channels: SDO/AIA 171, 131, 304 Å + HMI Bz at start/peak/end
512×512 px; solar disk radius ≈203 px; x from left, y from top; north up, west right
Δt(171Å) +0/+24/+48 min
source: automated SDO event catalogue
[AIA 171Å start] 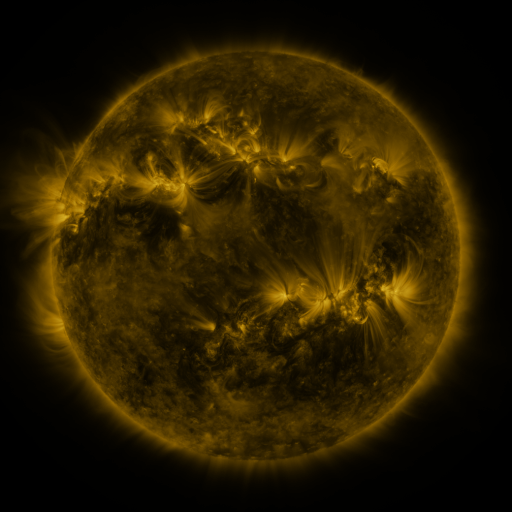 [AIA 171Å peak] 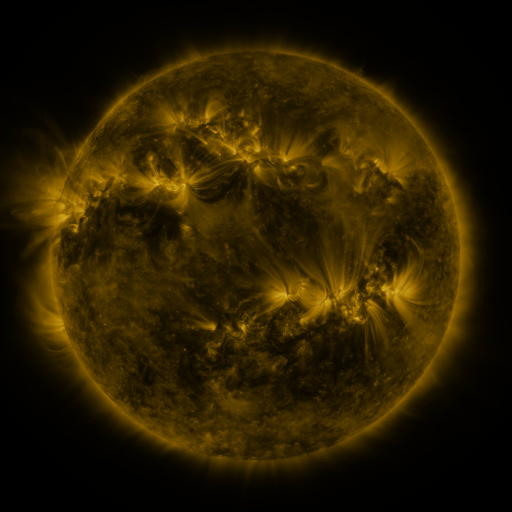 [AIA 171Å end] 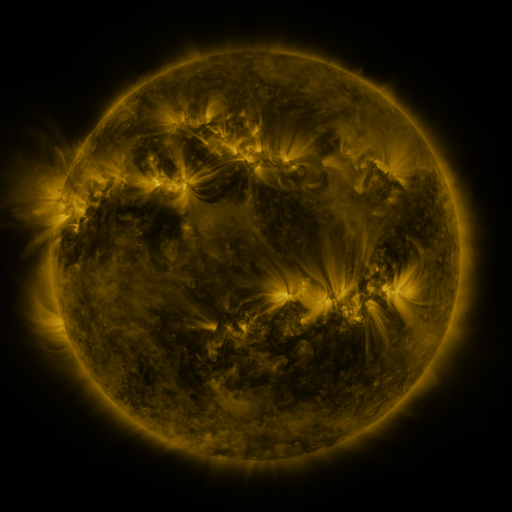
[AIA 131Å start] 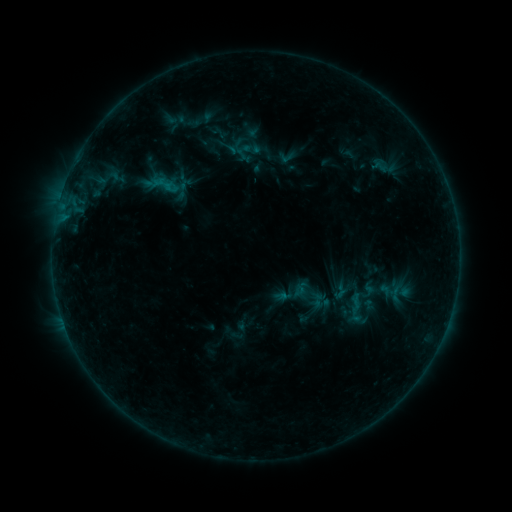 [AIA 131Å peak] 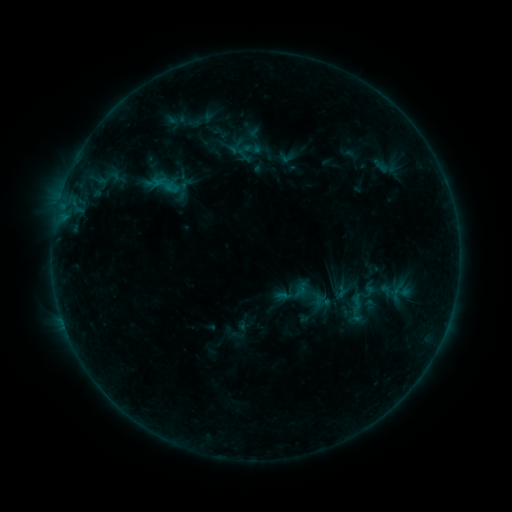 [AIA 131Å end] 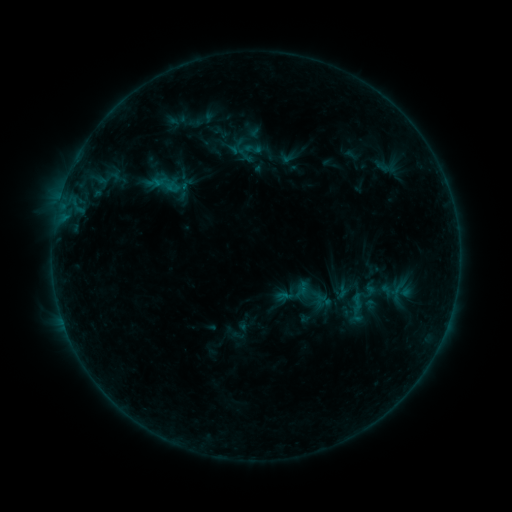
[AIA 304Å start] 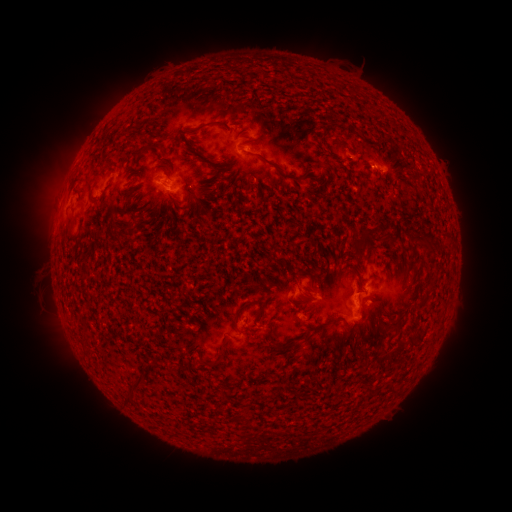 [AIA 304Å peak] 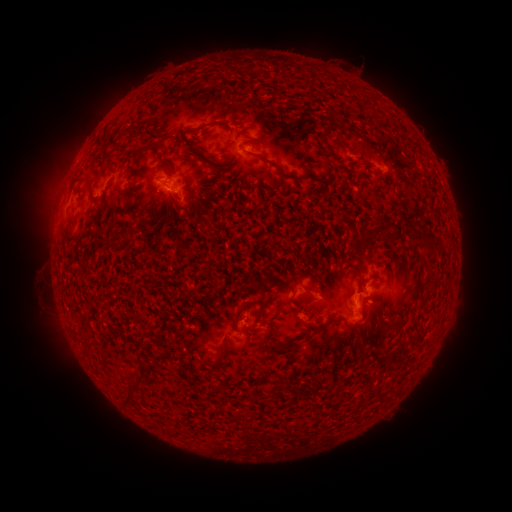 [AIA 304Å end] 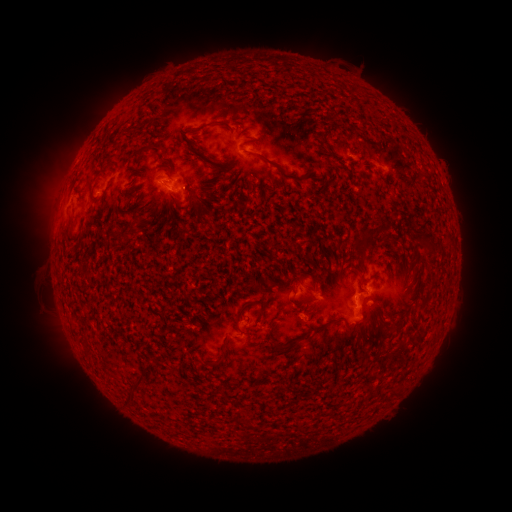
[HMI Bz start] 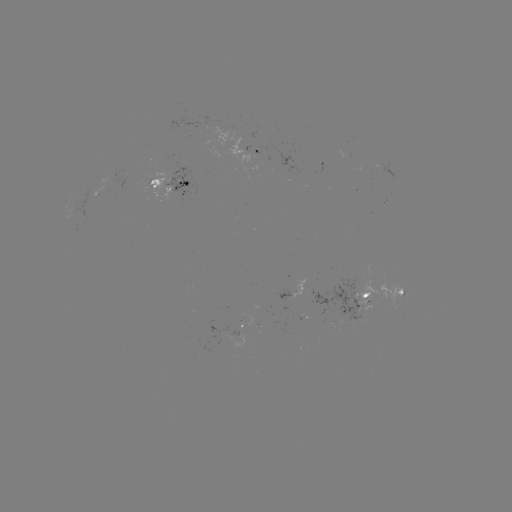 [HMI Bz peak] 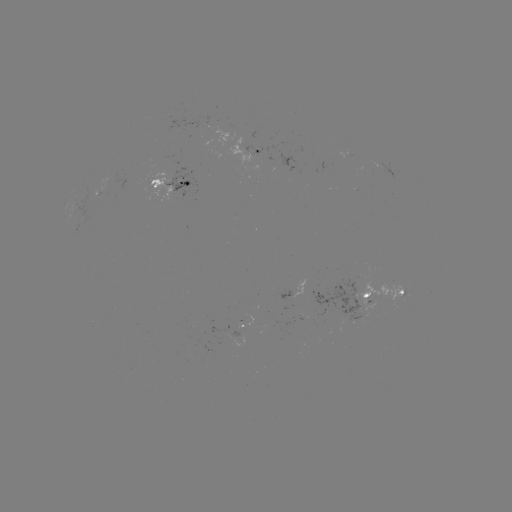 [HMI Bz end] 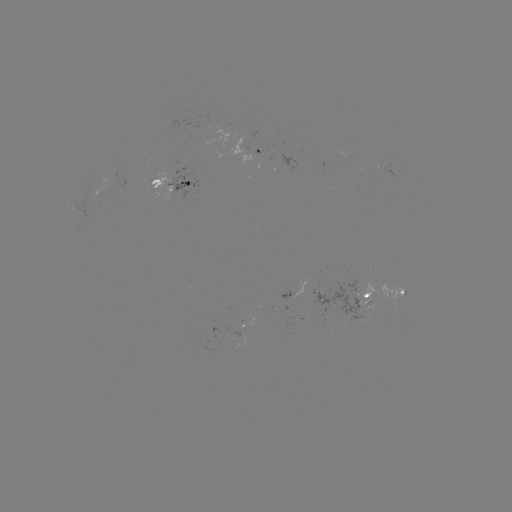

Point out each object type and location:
emerging-flux region: (175, 181)
